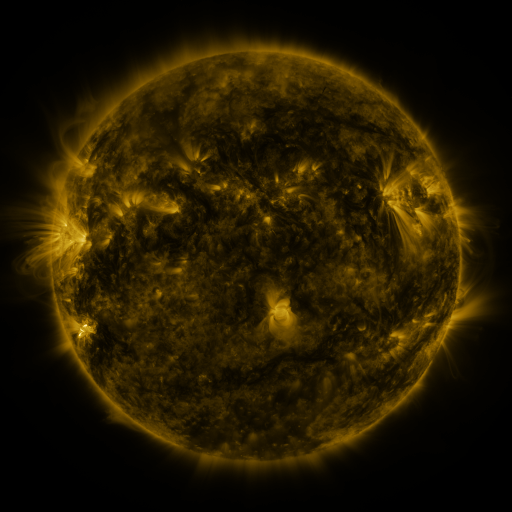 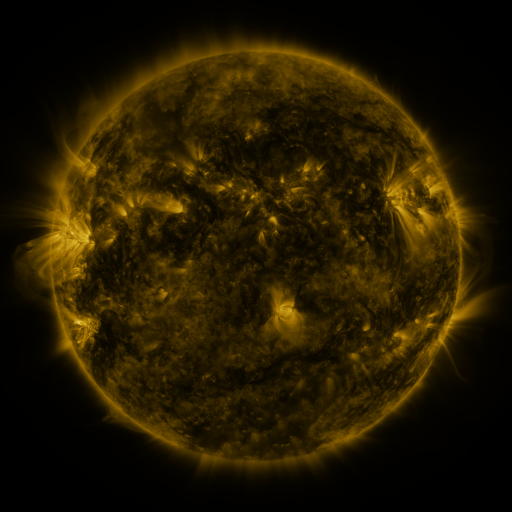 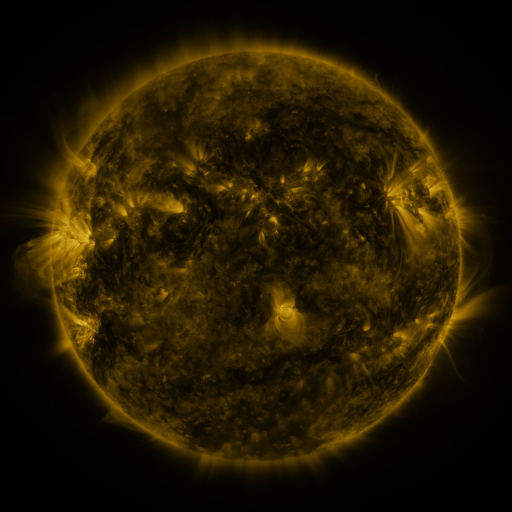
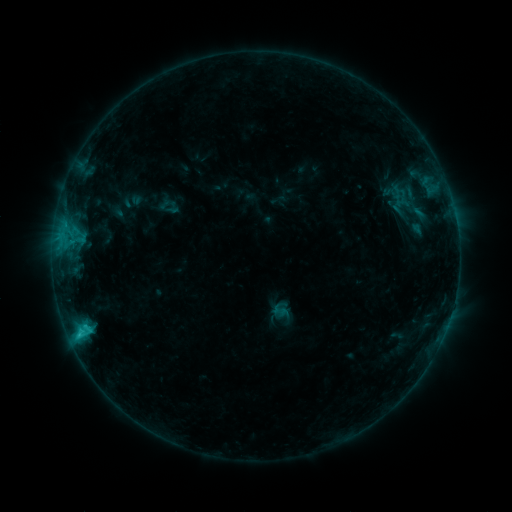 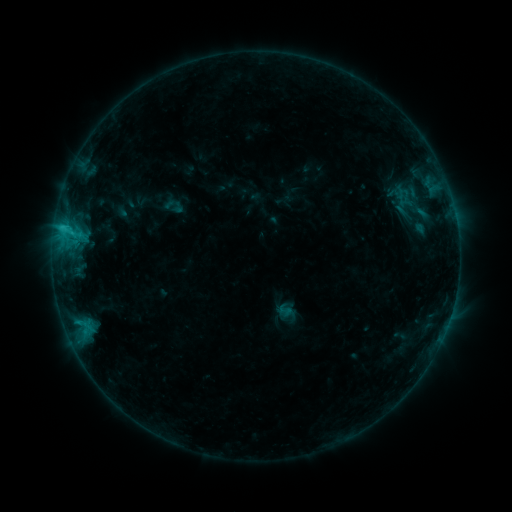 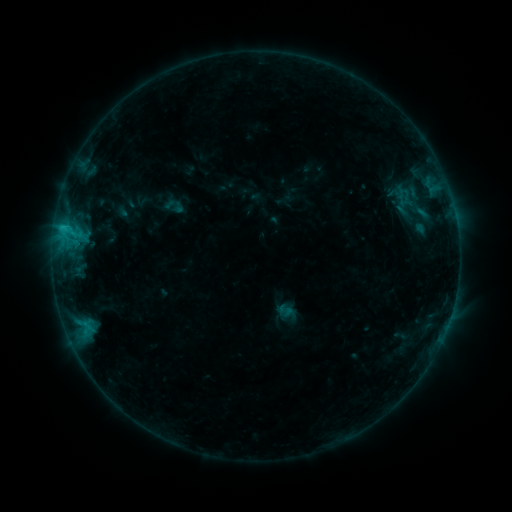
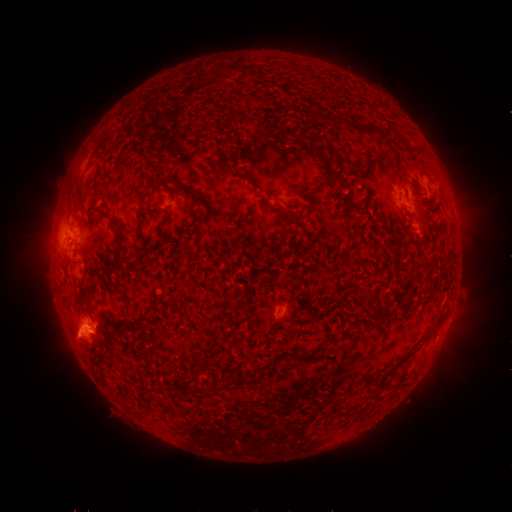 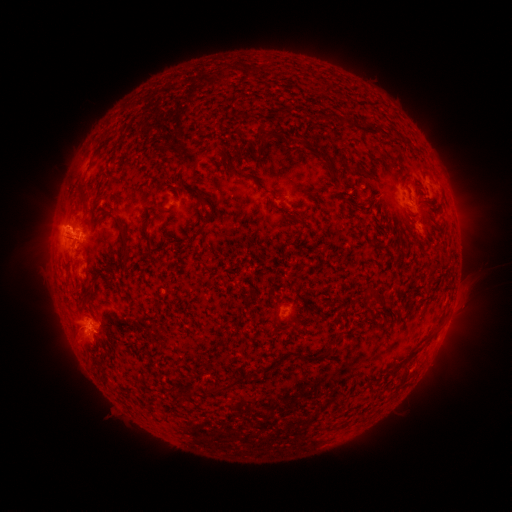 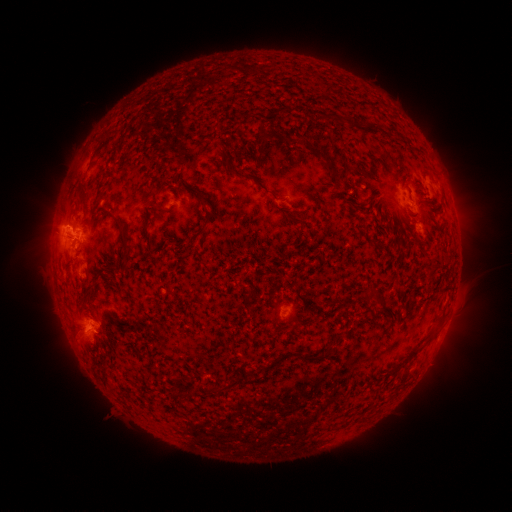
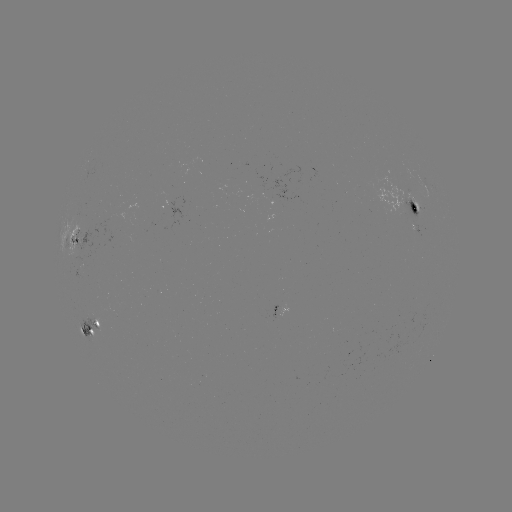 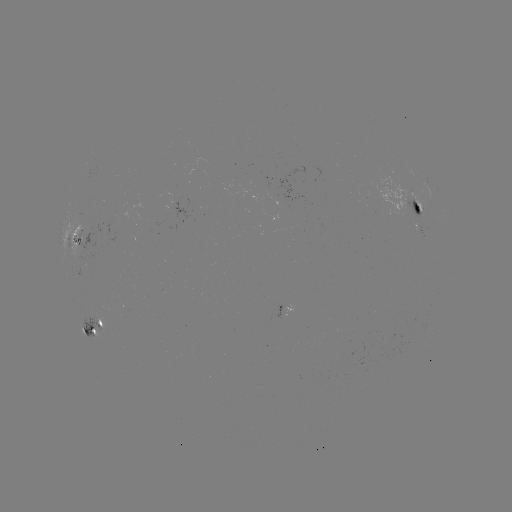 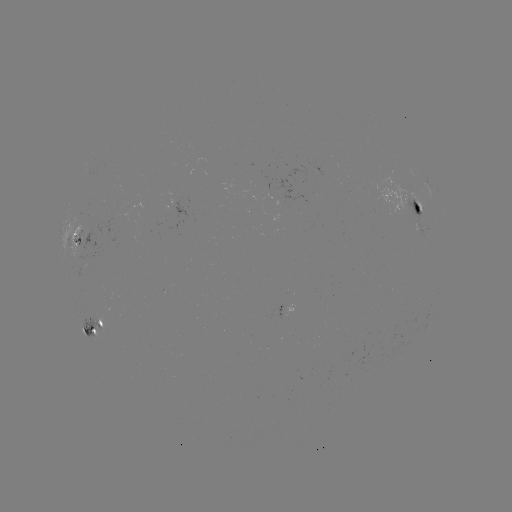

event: emerging-flux region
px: (417, 218)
